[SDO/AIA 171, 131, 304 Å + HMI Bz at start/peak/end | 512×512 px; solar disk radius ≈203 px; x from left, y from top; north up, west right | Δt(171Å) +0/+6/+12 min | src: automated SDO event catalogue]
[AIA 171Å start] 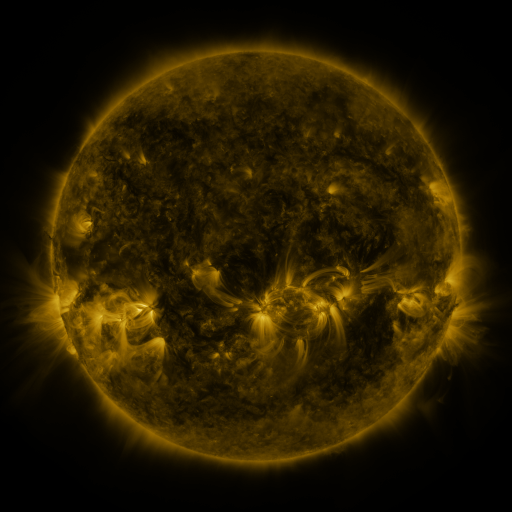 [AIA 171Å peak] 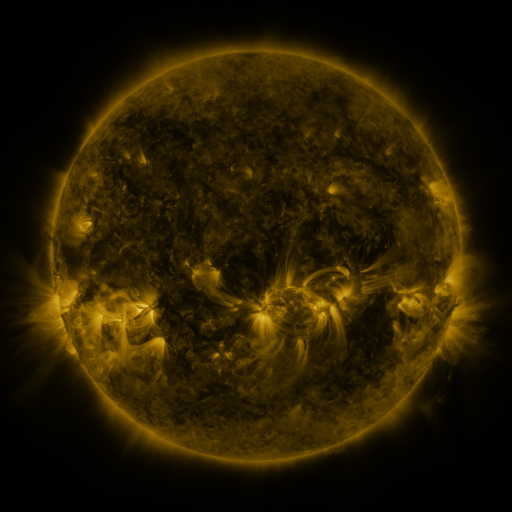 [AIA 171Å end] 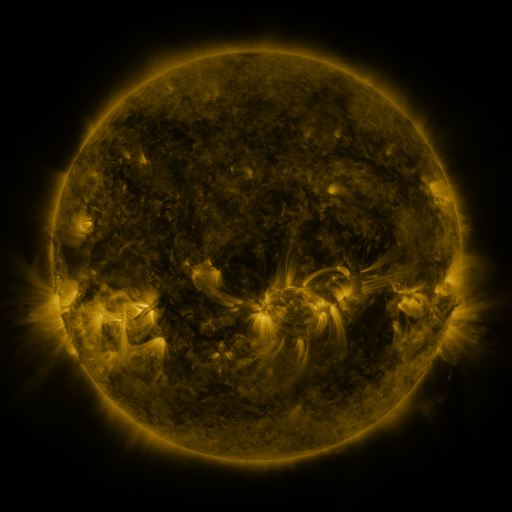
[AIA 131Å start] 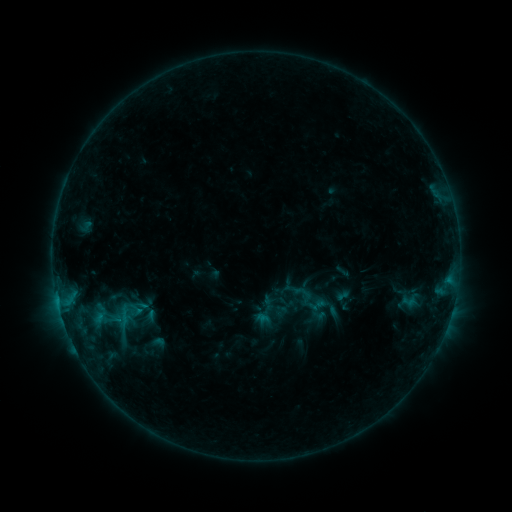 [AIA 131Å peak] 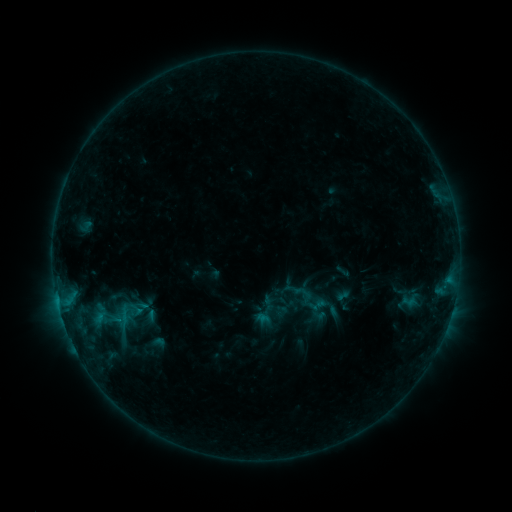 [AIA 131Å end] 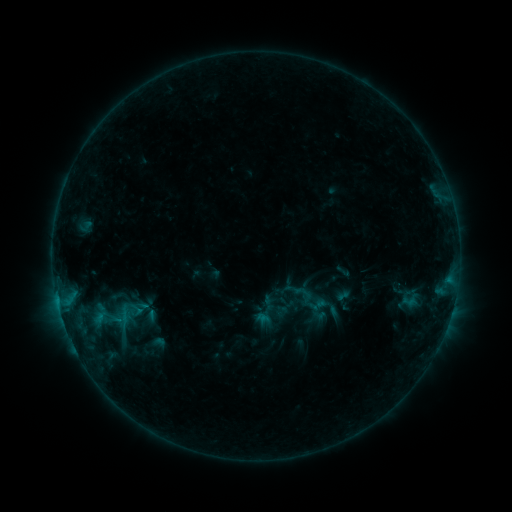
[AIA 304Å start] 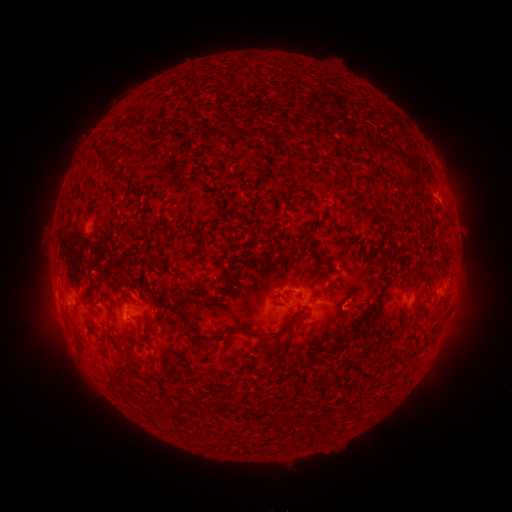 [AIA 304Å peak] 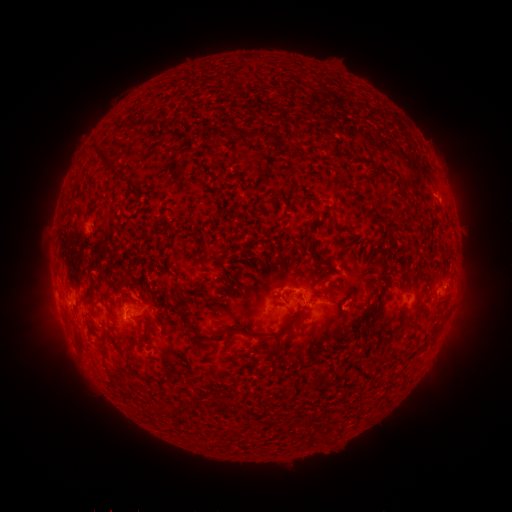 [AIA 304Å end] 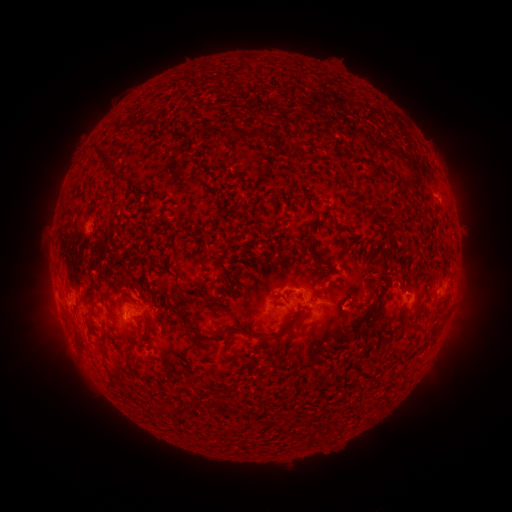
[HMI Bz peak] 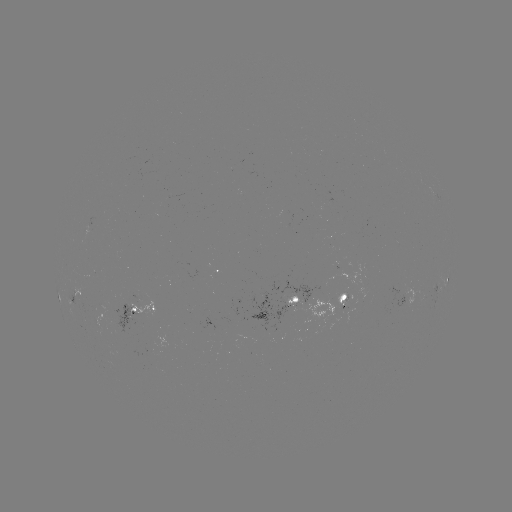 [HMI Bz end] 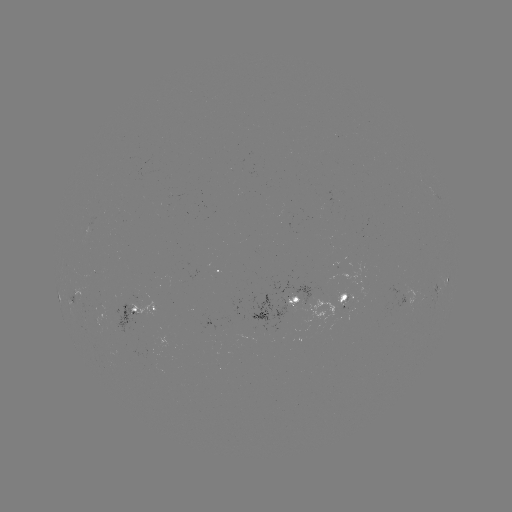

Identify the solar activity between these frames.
nothing was catalogued: no classed flare, no EUV trigger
